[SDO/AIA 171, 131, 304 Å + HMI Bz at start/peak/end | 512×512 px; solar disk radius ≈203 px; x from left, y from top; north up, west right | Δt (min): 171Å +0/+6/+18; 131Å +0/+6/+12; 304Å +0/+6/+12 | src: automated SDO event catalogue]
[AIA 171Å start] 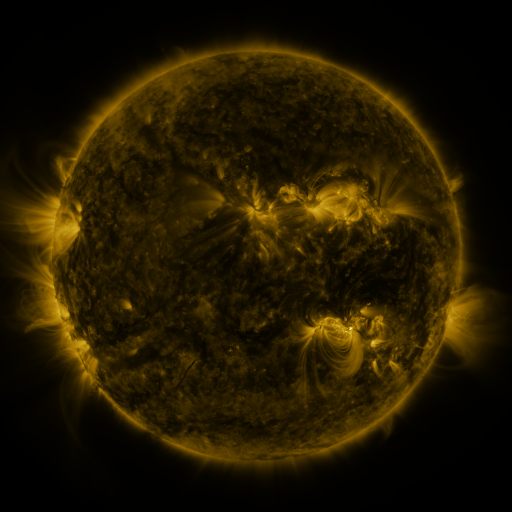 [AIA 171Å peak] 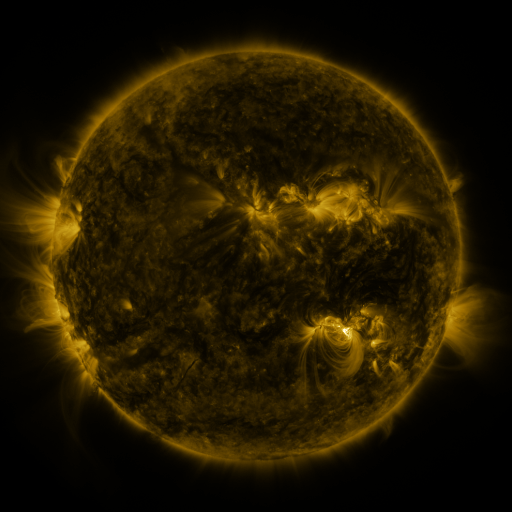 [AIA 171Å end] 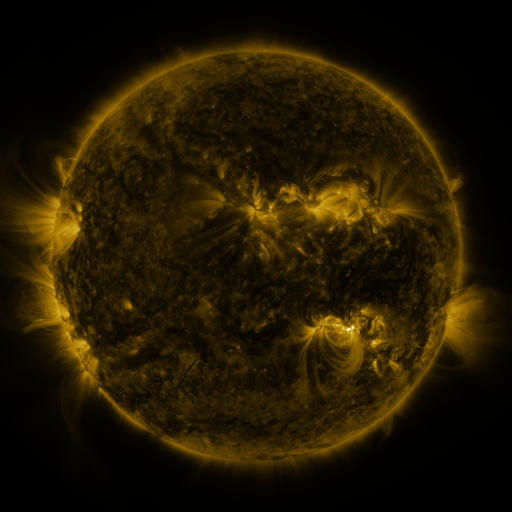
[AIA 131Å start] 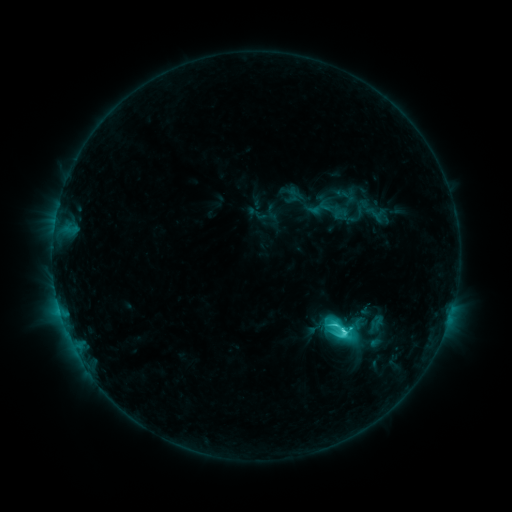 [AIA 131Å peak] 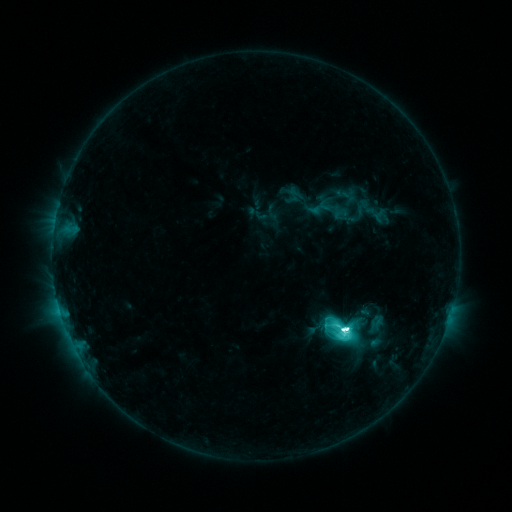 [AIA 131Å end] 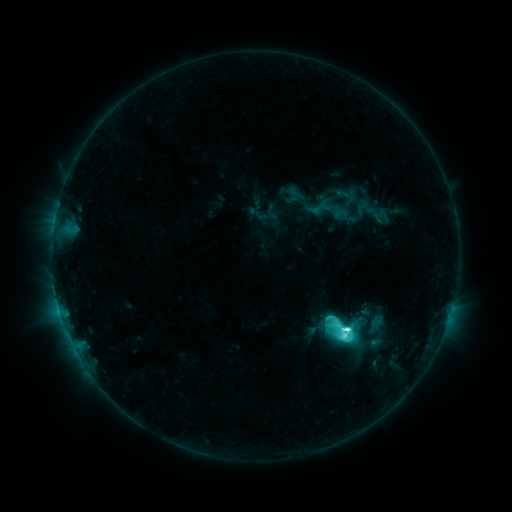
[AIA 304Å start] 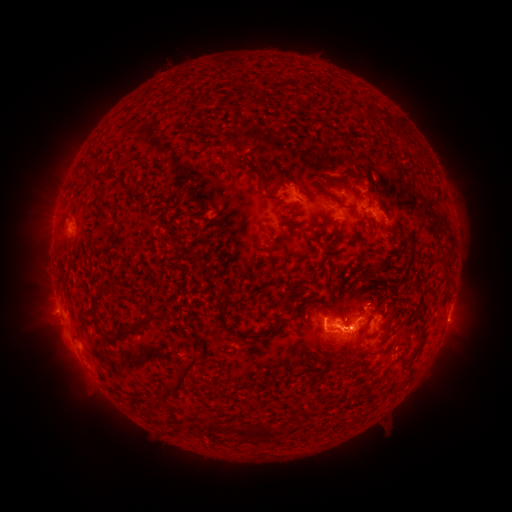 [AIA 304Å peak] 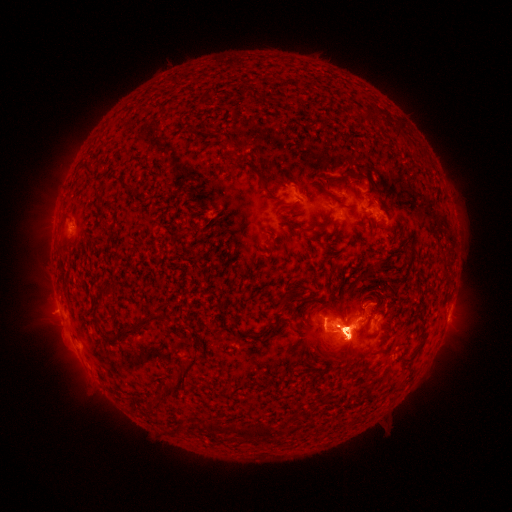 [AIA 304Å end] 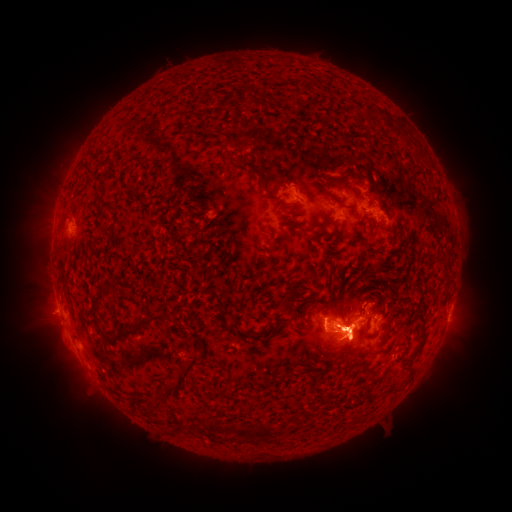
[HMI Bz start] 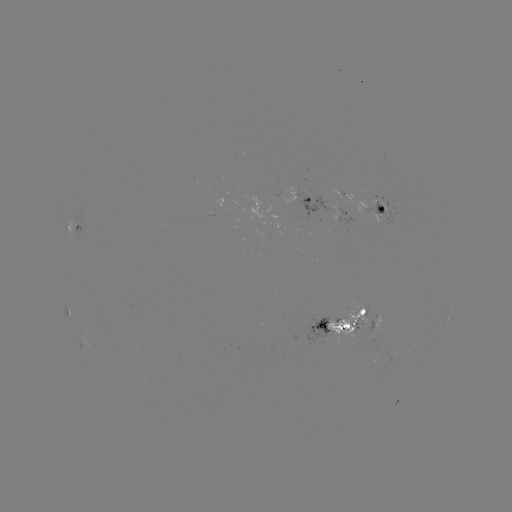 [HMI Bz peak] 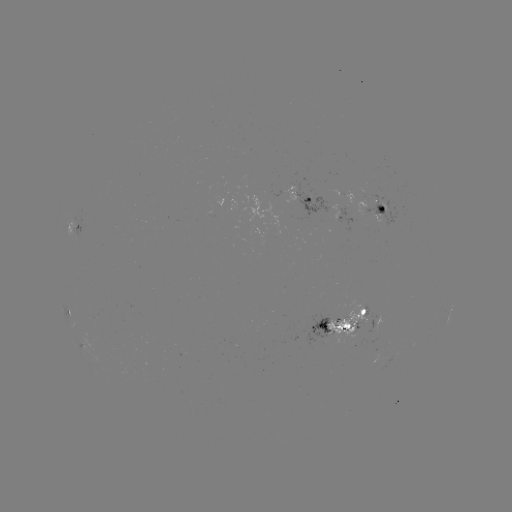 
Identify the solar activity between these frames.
eruption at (47, 222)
